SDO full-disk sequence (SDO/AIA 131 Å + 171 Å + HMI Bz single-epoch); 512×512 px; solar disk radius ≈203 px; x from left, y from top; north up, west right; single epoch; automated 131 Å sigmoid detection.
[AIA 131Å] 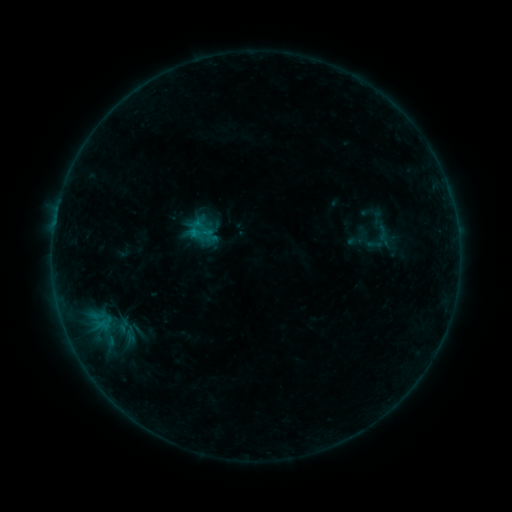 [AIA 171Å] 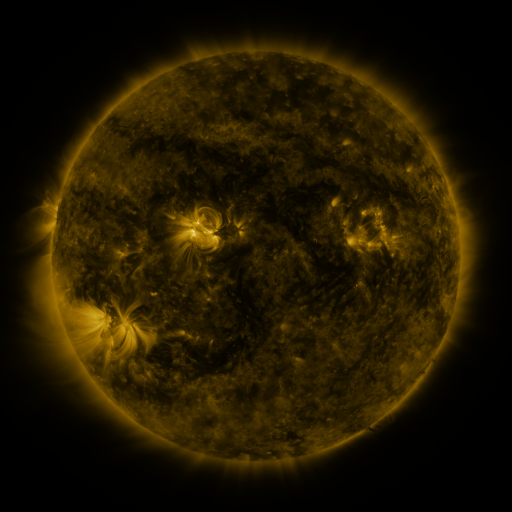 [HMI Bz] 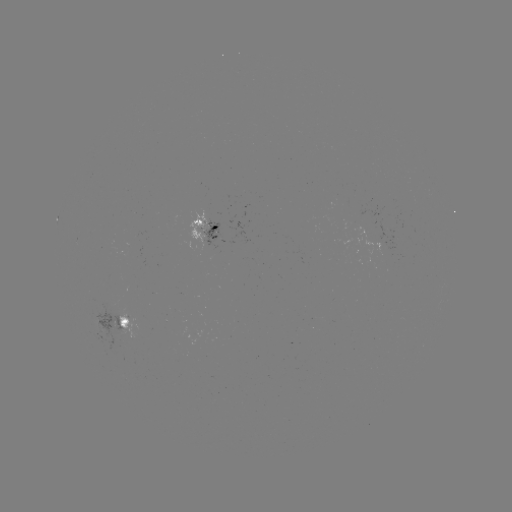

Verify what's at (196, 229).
sigmoid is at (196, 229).